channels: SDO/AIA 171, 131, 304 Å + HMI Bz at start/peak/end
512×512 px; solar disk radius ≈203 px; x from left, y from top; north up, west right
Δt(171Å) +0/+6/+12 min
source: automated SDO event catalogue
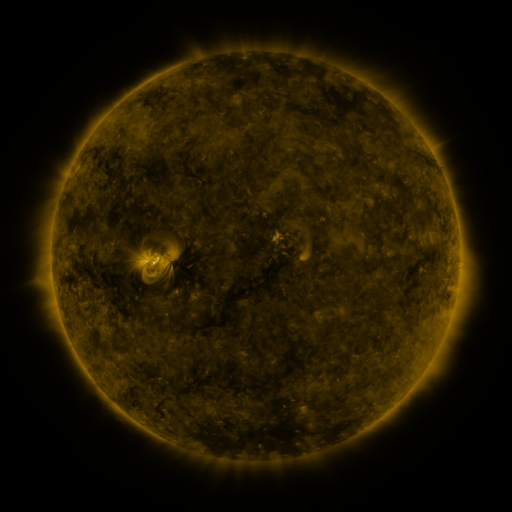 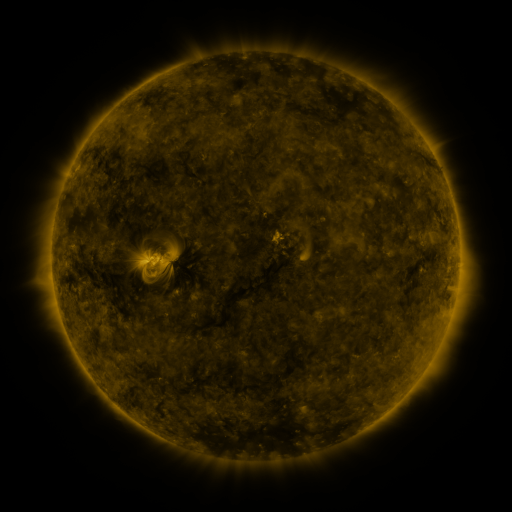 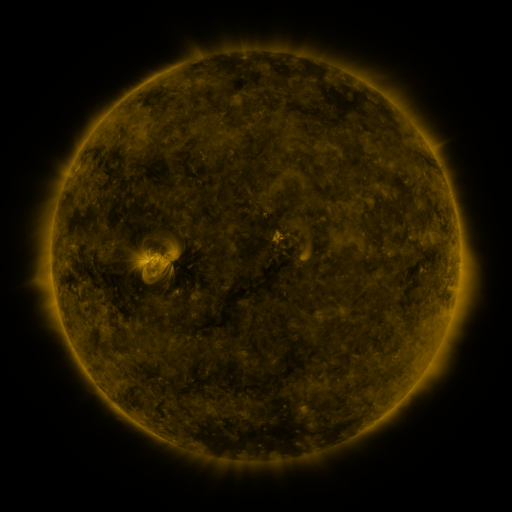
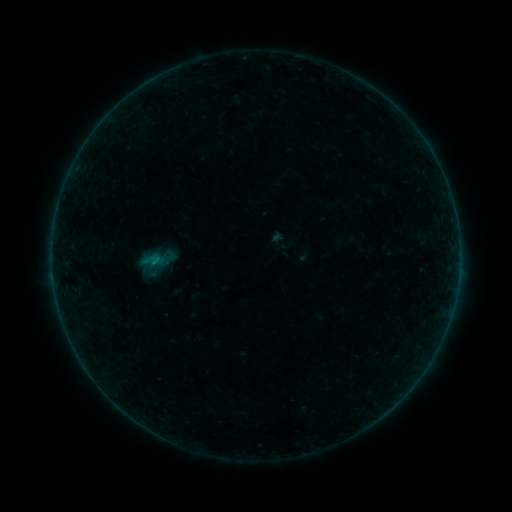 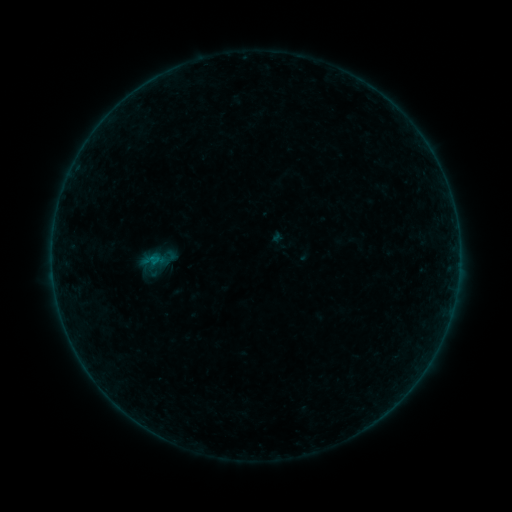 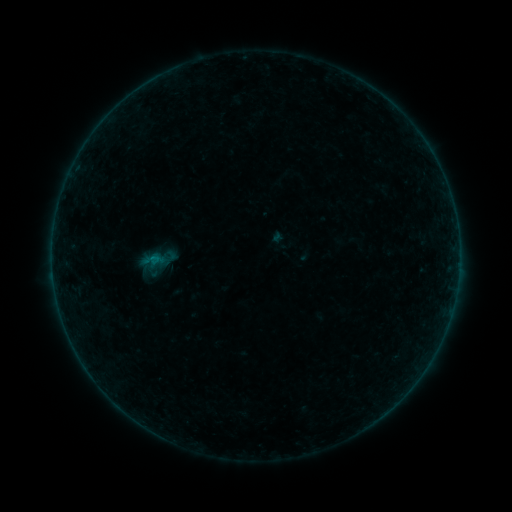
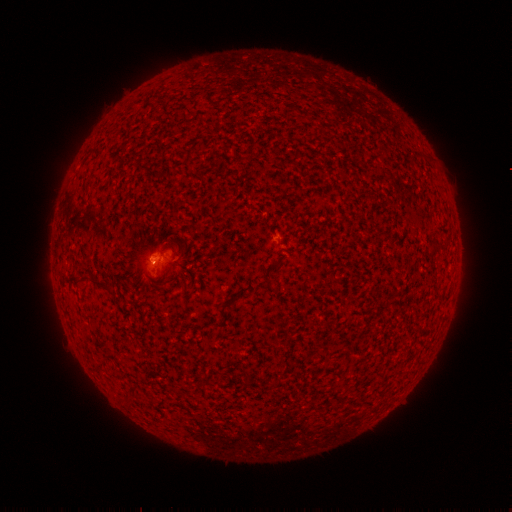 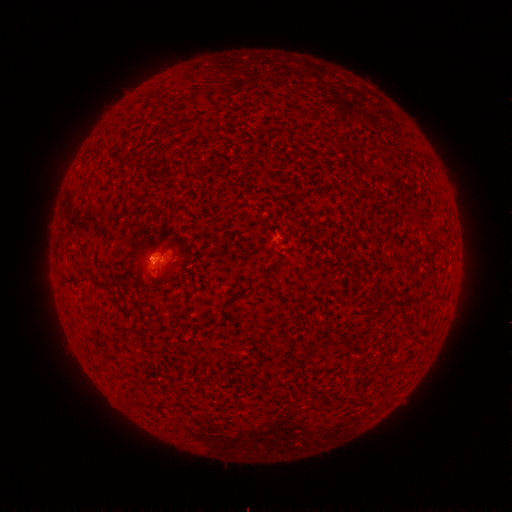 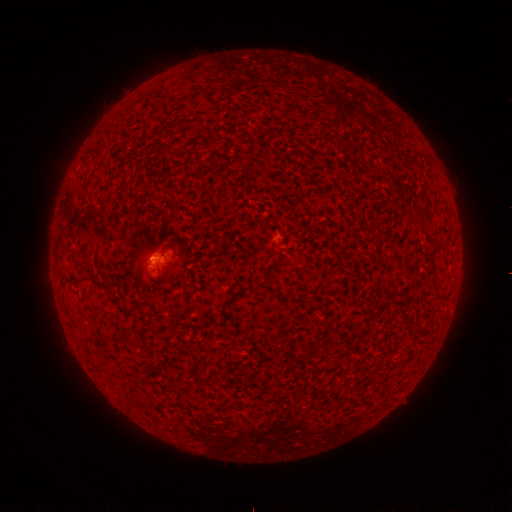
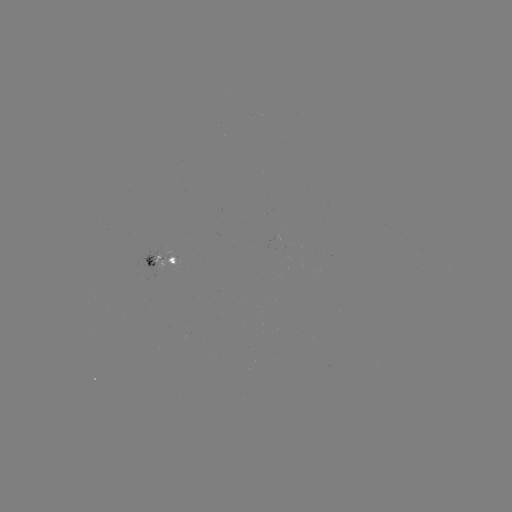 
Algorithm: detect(B1.6 flare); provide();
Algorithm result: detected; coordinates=(154, 257)